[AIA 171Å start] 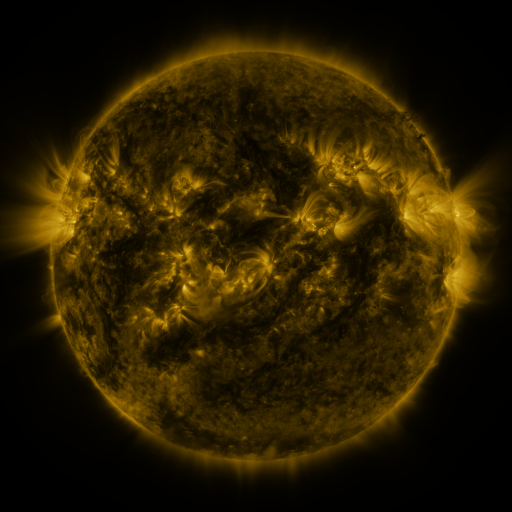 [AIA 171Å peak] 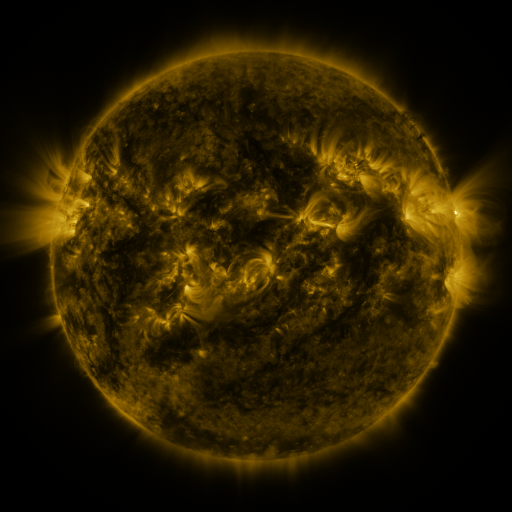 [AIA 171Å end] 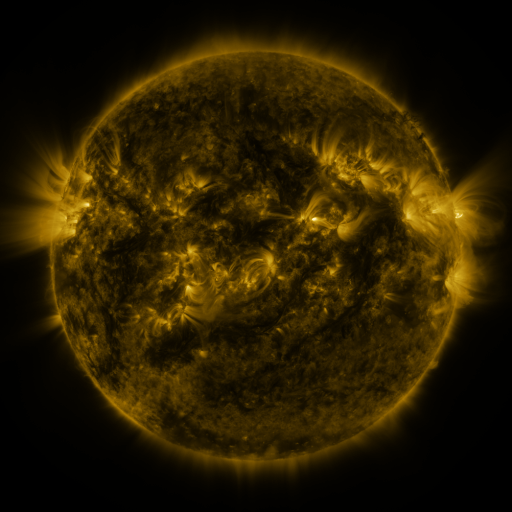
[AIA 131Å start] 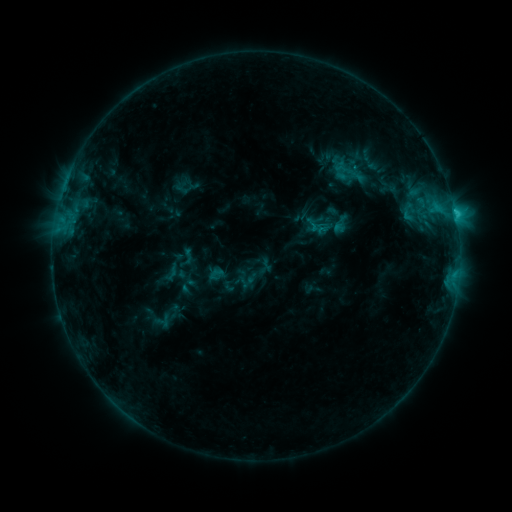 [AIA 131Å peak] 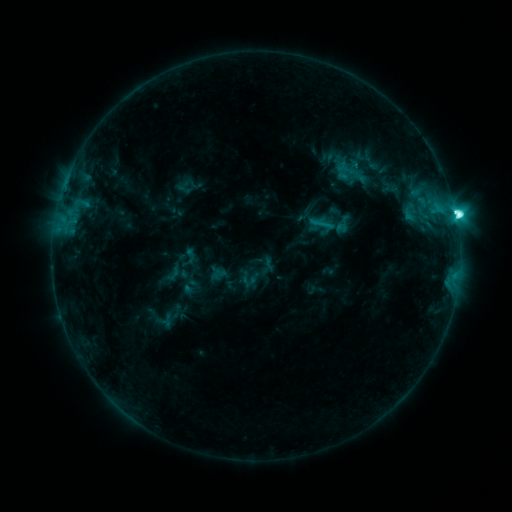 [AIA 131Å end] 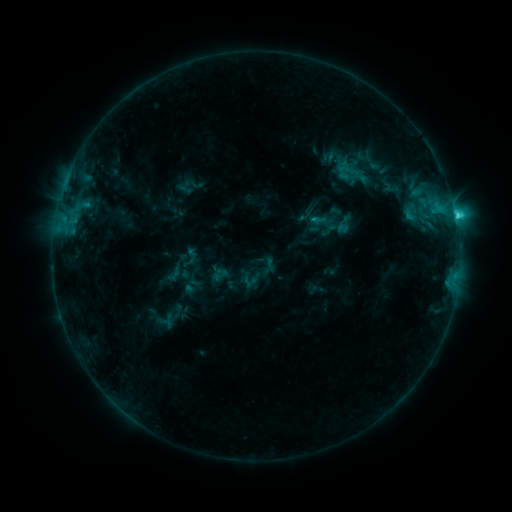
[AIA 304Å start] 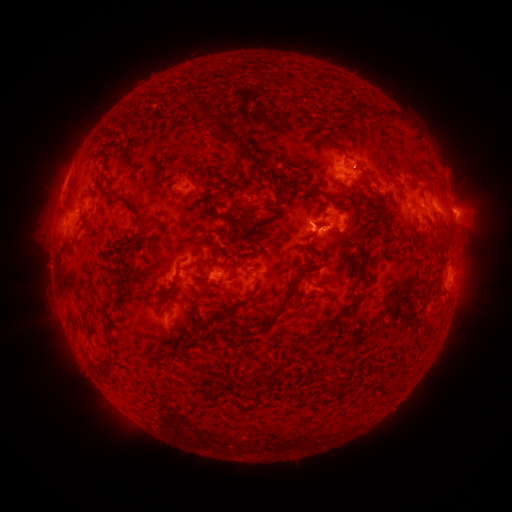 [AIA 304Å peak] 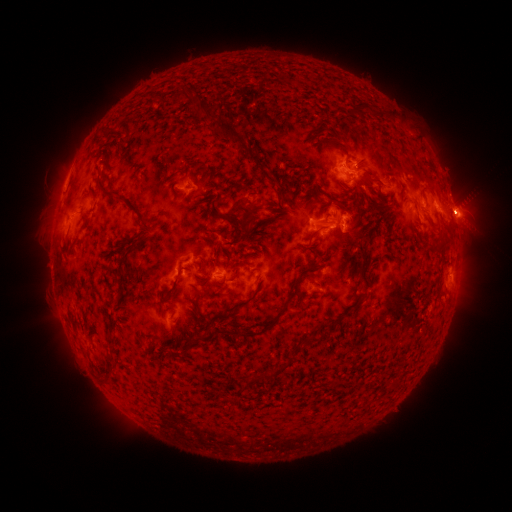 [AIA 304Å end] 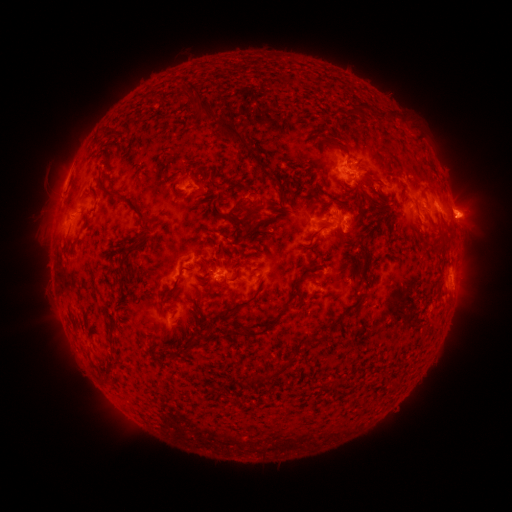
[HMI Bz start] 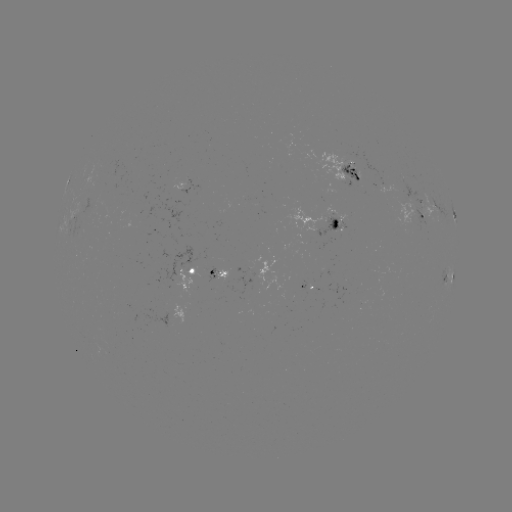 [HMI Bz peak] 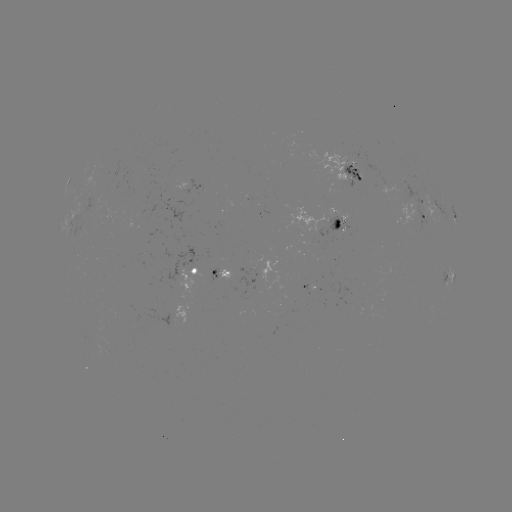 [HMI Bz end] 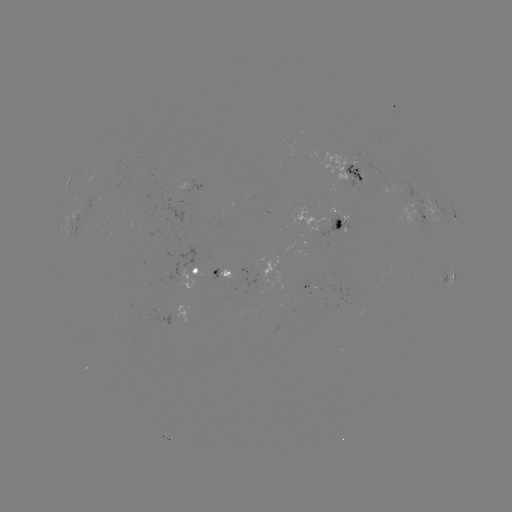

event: emerging-flux region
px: (93, 206)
